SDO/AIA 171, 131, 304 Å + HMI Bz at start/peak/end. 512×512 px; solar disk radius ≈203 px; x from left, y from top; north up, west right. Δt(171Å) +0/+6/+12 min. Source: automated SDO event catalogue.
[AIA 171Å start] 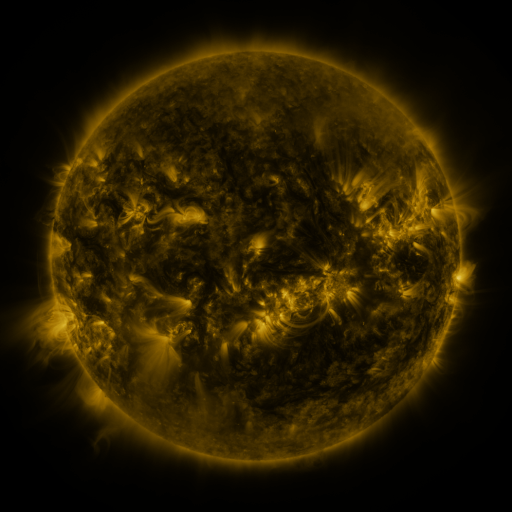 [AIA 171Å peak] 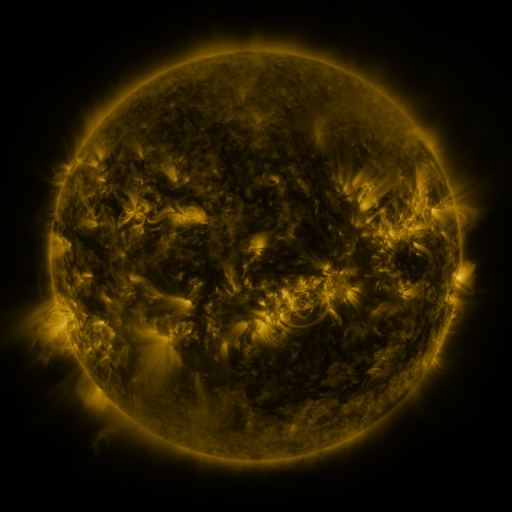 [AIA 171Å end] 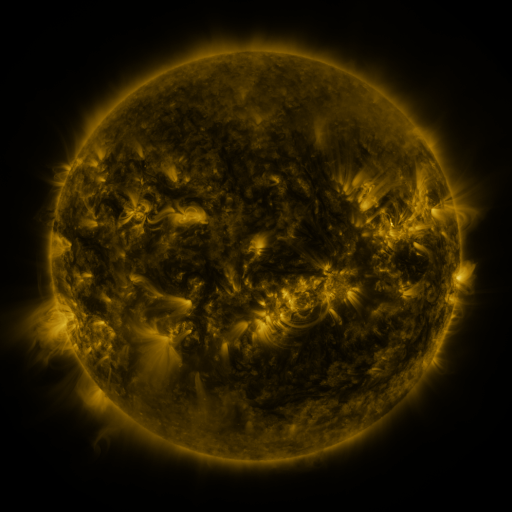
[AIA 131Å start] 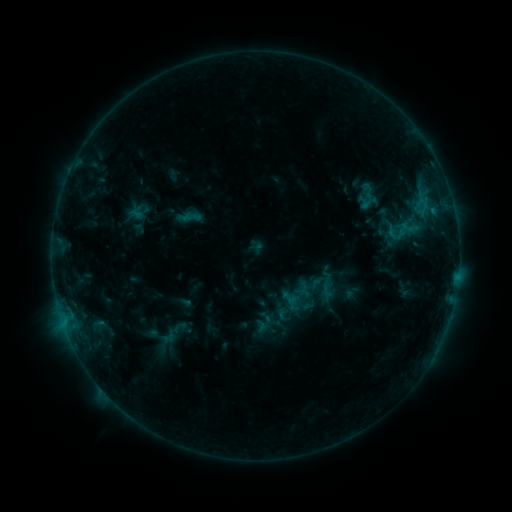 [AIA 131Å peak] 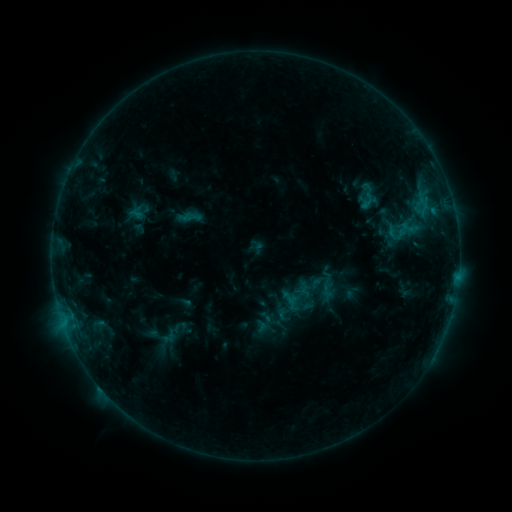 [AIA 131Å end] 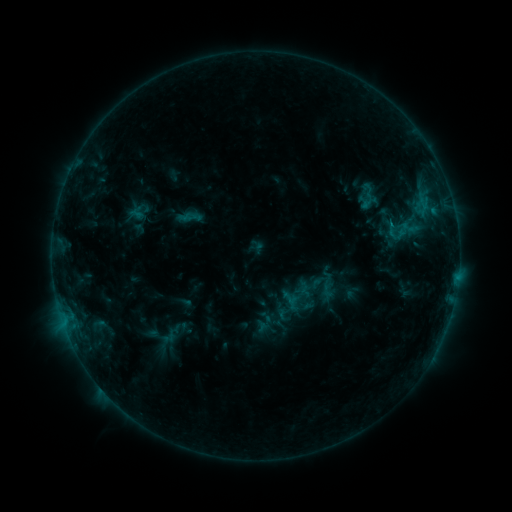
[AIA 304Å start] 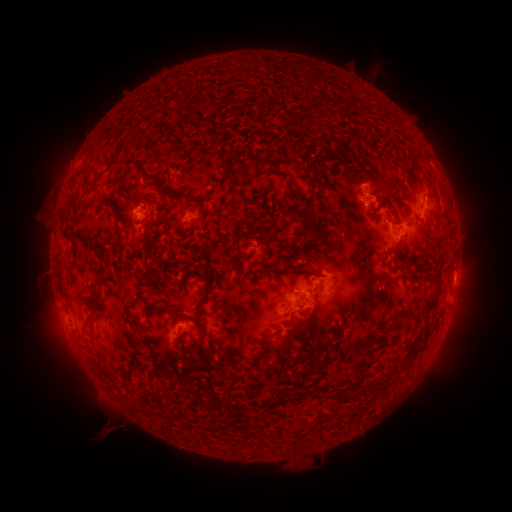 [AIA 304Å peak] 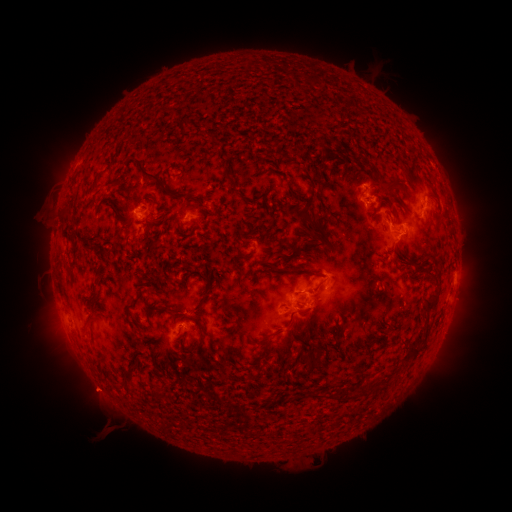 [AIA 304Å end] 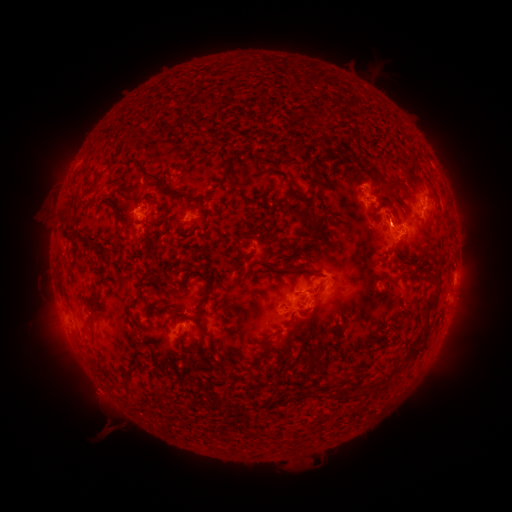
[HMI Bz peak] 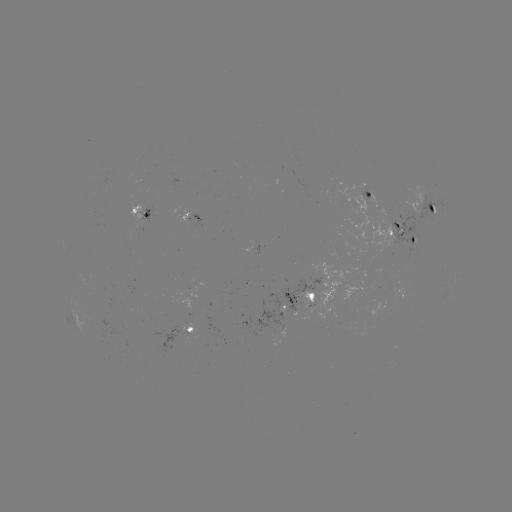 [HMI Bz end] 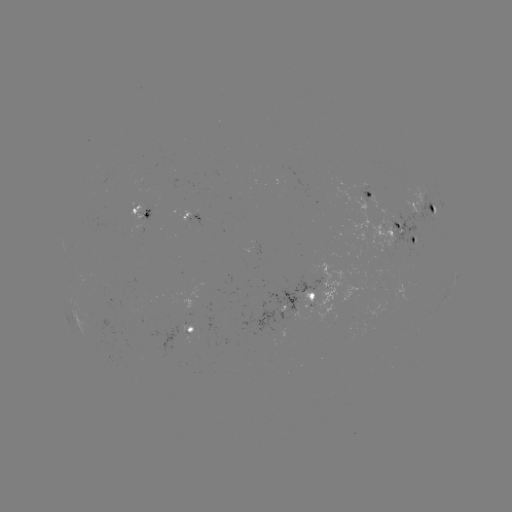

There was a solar eruption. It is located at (97, 393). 